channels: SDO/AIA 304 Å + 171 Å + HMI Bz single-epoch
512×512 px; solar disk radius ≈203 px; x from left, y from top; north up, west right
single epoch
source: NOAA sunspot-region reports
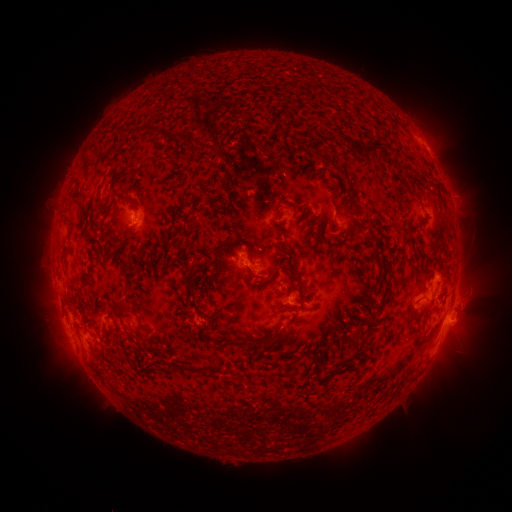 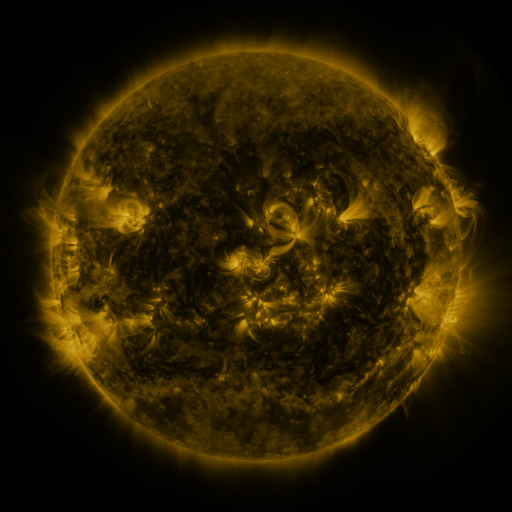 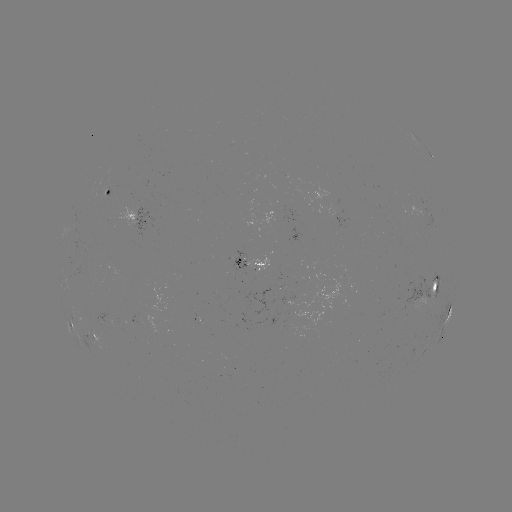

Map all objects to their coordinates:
spotted active region: (430, 153)
spotted active region: (108, 191)
spotted active region: (140, 218)
spotted active region: (256, 259)
spotted active region: (432, 280)
spotted active region: (450, 311)
spotted active region: (71, 323)
spotted active region: (96, 335)
